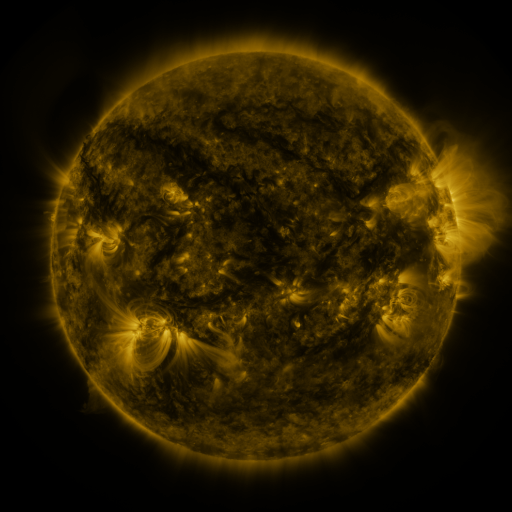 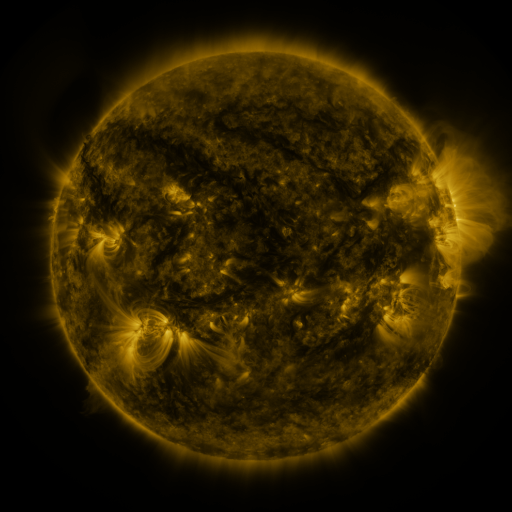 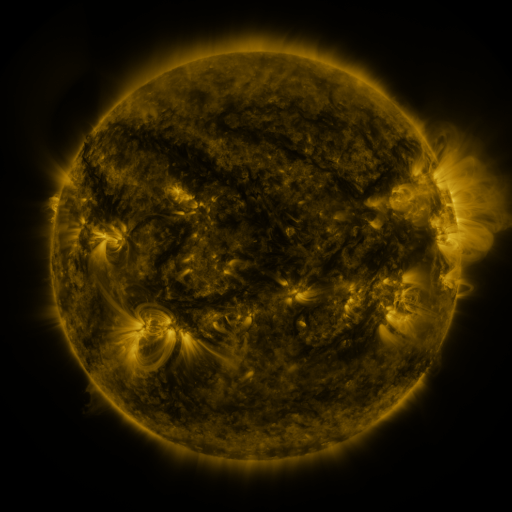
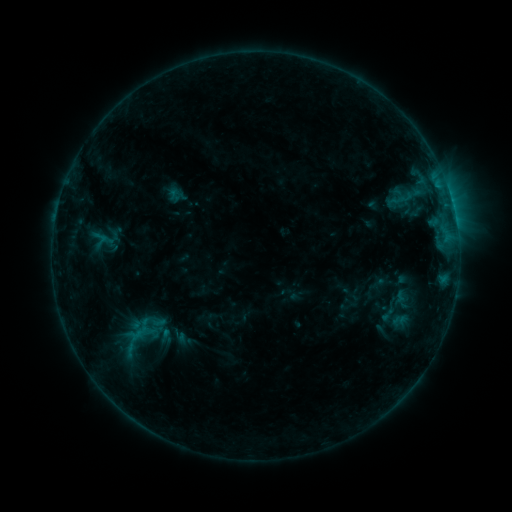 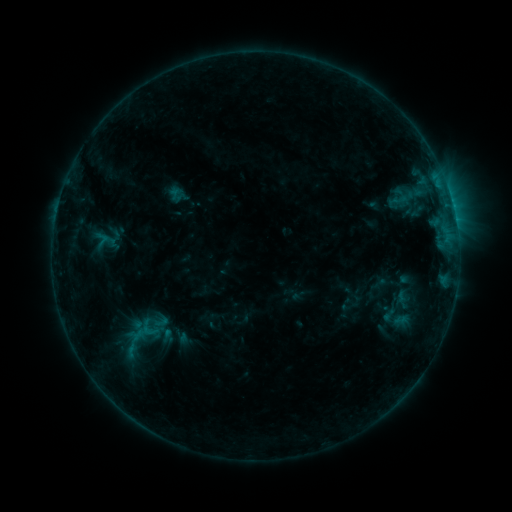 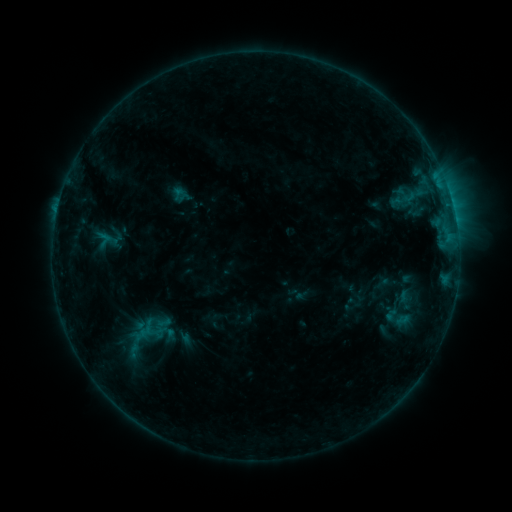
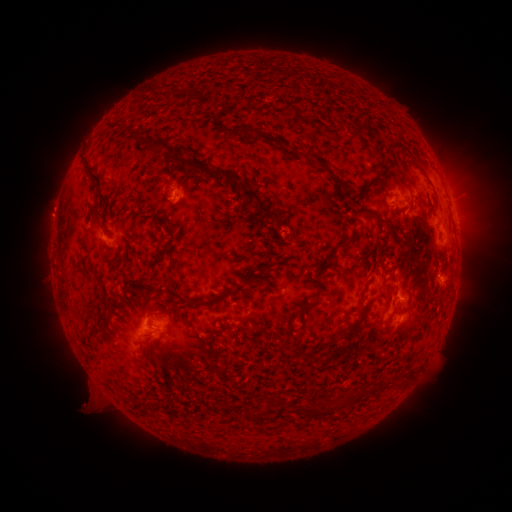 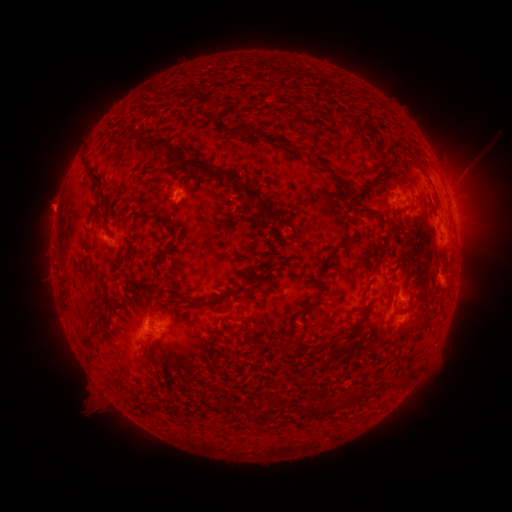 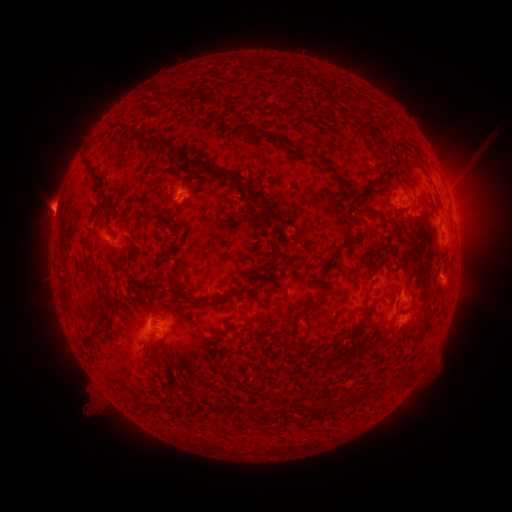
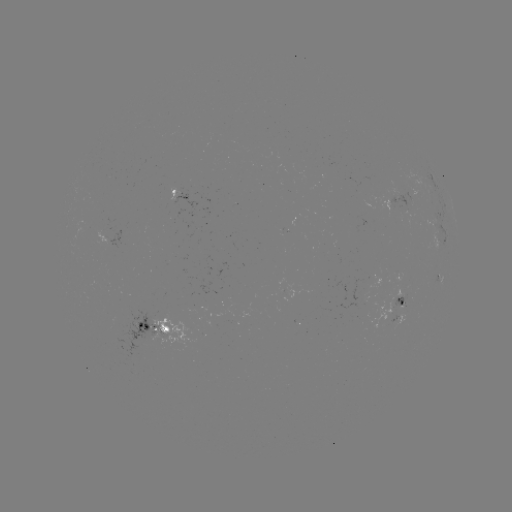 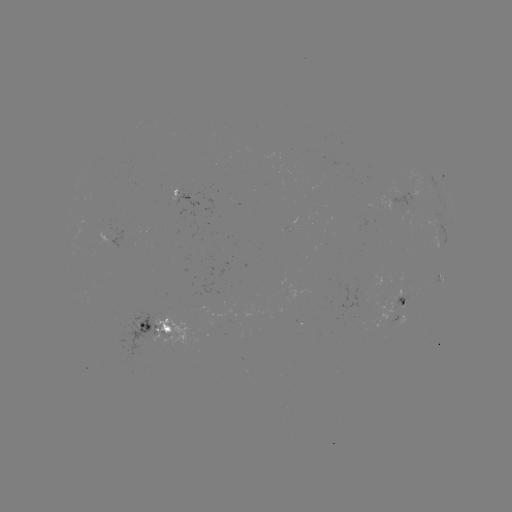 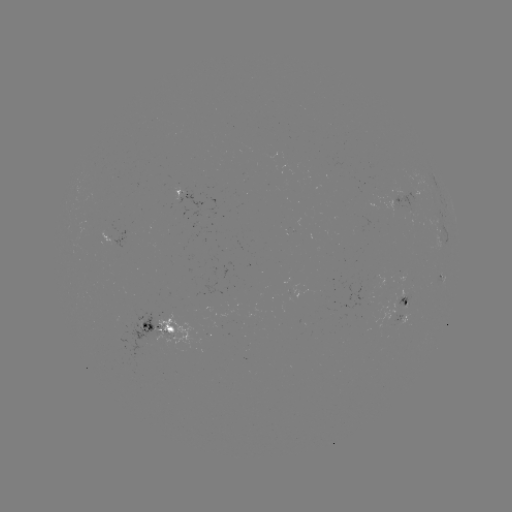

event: emerging-flux region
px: (289, 291)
